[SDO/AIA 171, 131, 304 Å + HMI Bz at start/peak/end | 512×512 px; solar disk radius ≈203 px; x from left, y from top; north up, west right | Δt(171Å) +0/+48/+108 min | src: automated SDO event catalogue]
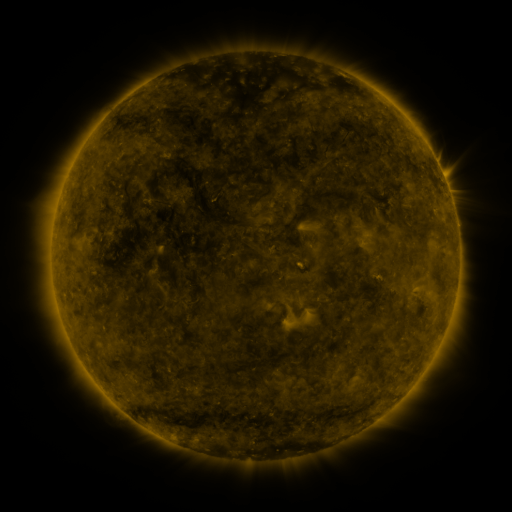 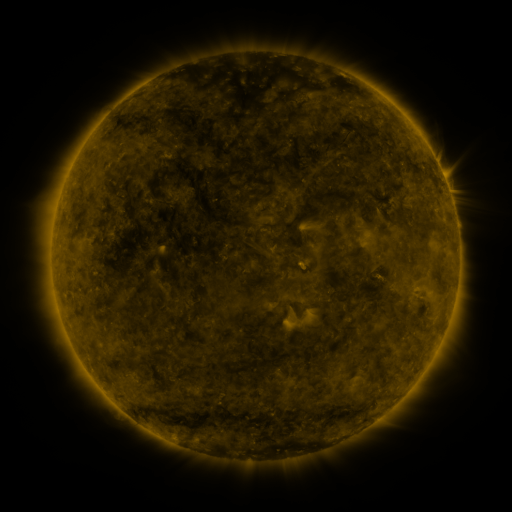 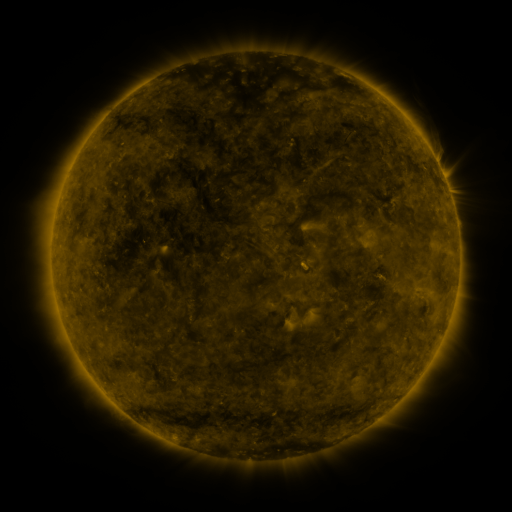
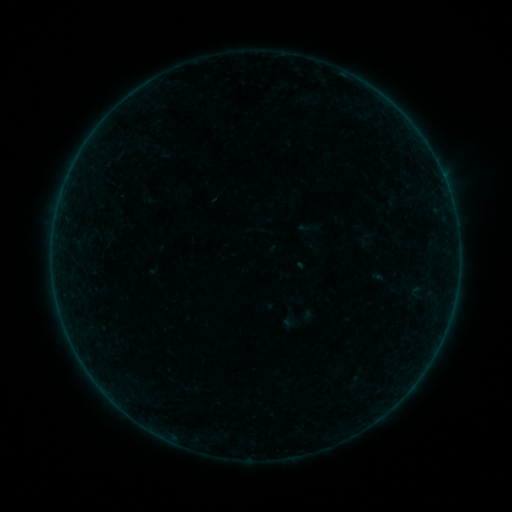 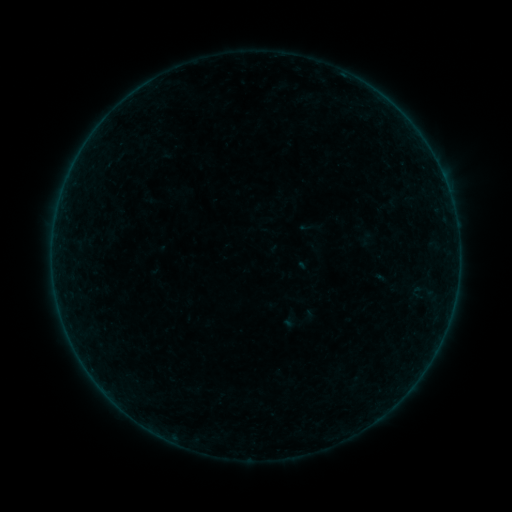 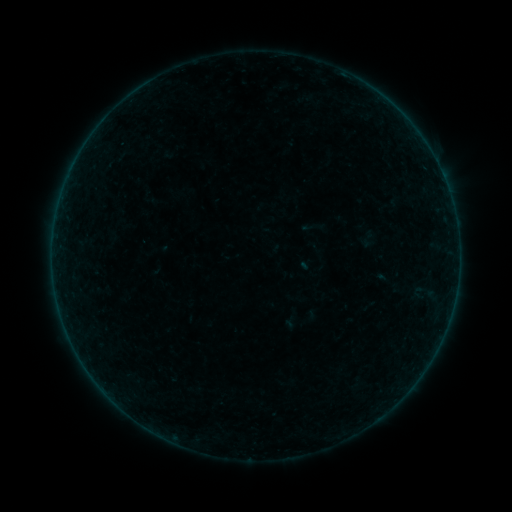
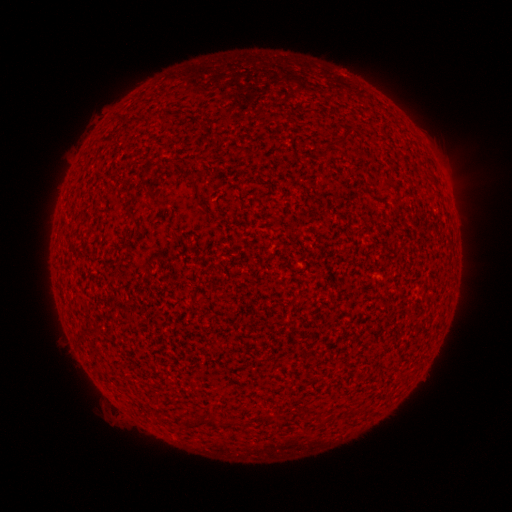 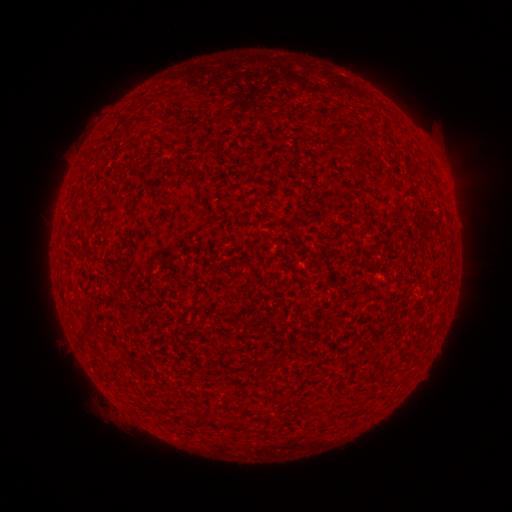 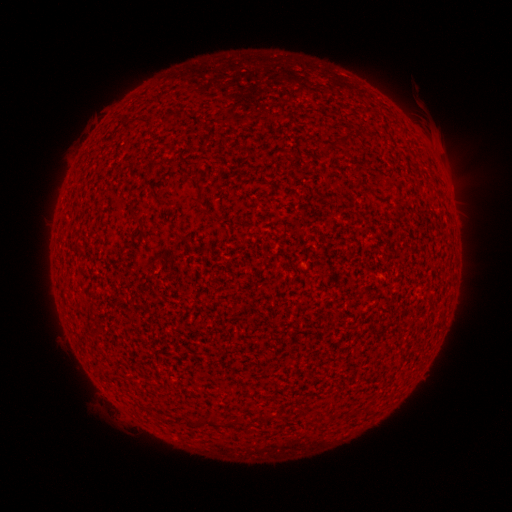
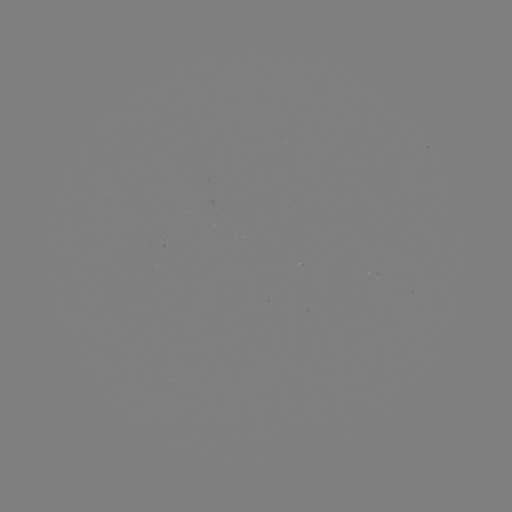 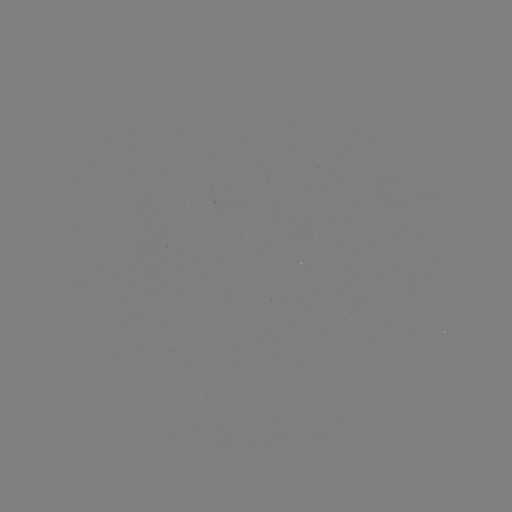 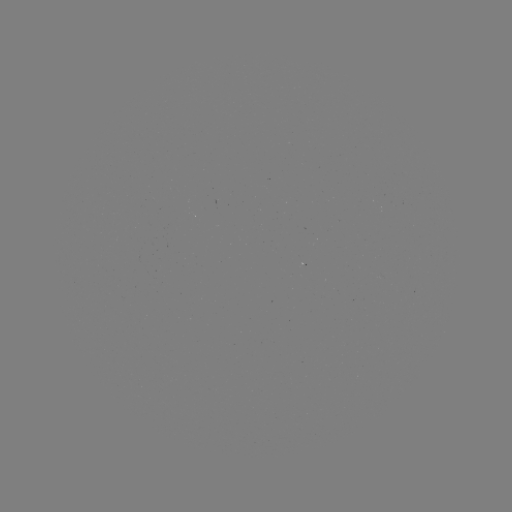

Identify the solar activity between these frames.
A2.8 flare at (453, 207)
